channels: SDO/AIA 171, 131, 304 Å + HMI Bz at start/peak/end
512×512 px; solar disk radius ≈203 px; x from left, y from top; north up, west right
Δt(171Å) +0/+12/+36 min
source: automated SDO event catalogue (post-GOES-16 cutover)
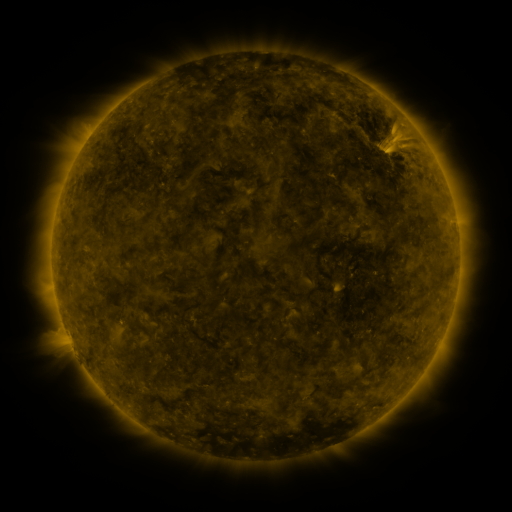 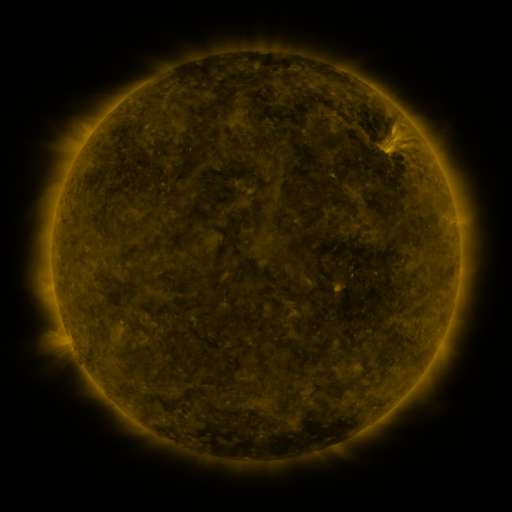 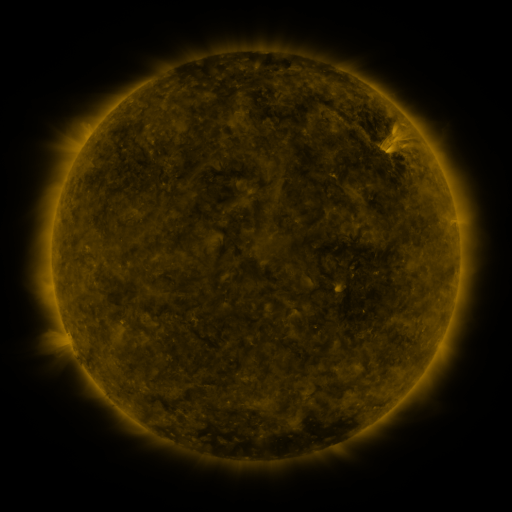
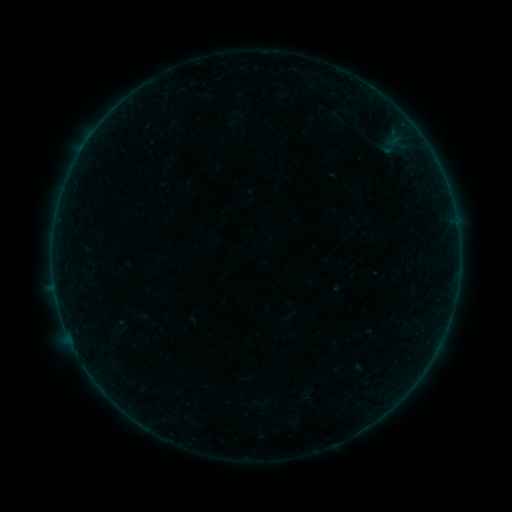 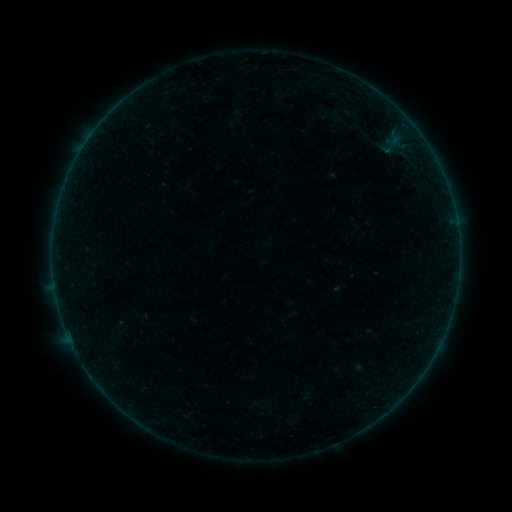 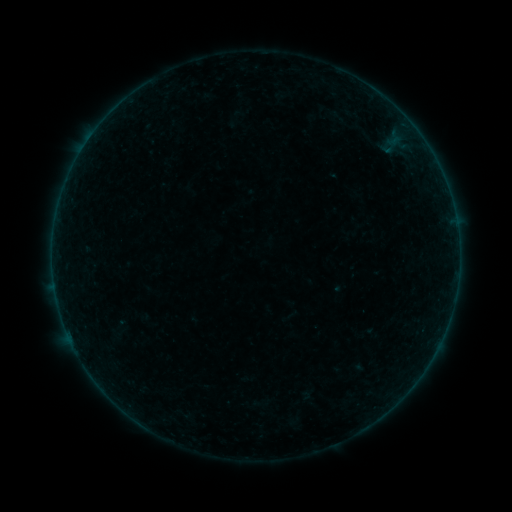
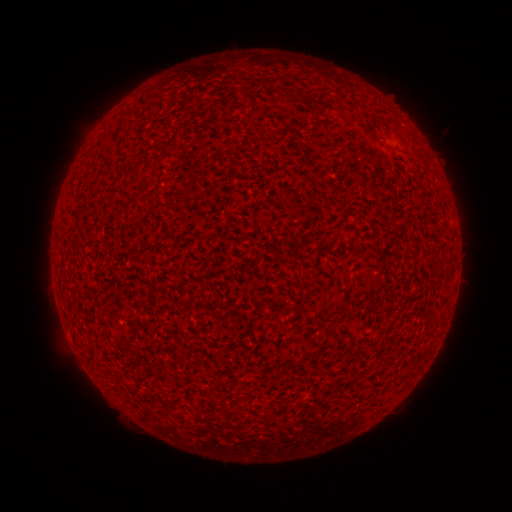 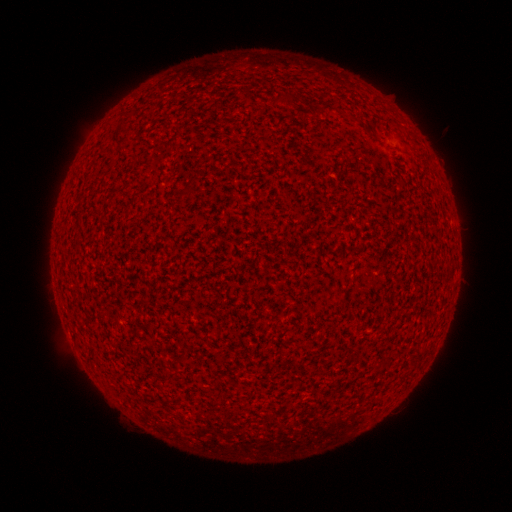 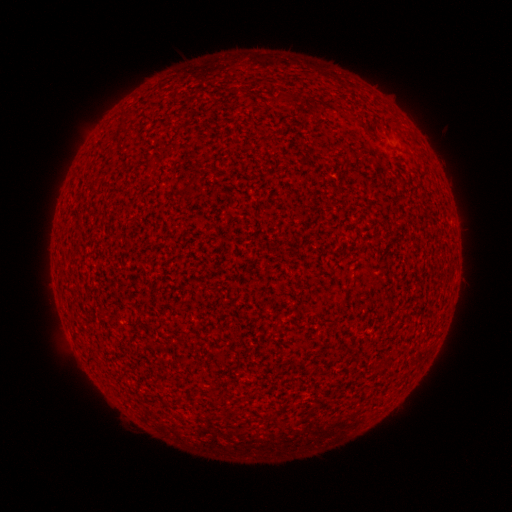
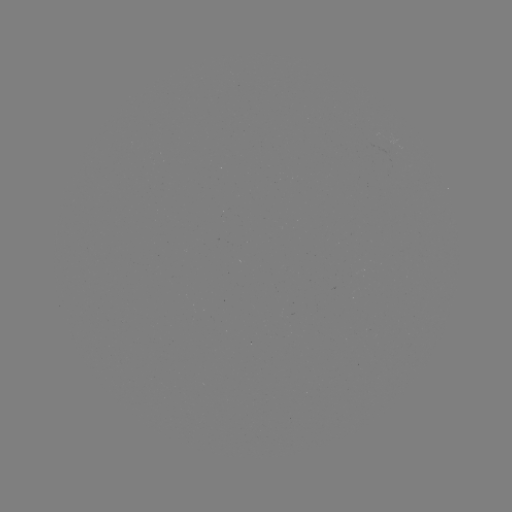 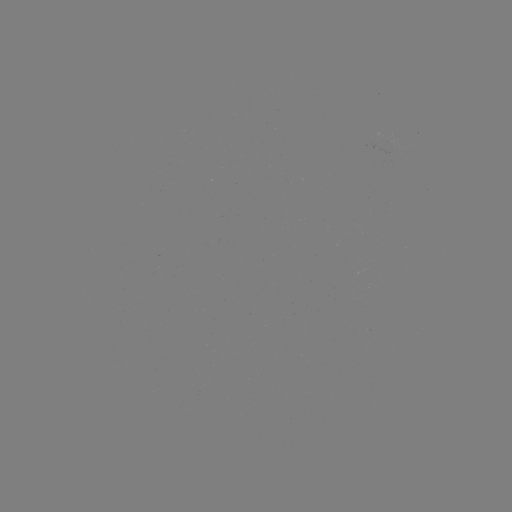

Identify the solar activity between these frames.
A2.8 flare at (67, 332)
